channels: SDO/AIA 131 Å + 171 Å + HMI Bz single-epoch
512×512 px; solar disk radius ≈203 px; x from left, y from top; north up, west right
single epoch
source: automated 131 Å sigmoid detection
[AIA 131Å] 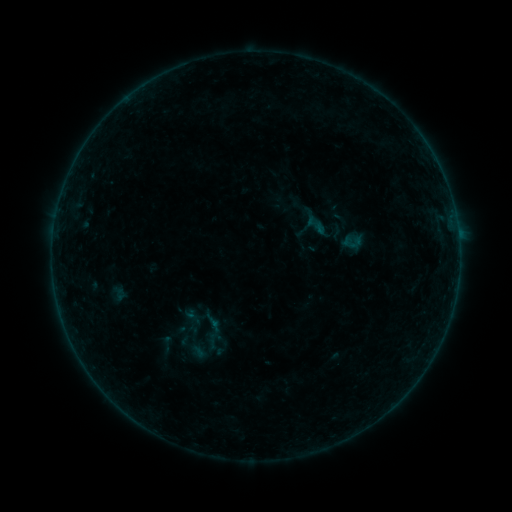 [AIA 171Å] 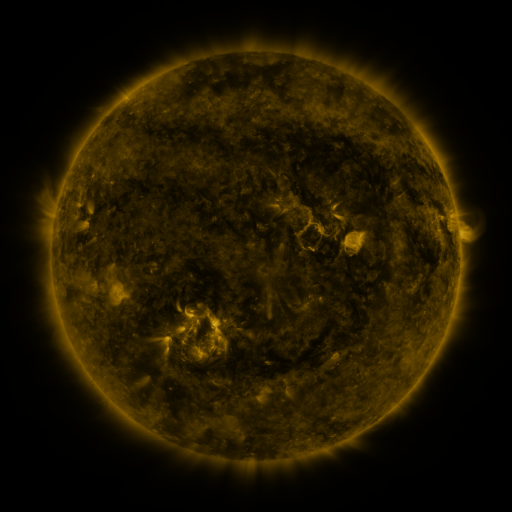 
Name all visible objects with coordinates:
sigmoid: (167, 344)
